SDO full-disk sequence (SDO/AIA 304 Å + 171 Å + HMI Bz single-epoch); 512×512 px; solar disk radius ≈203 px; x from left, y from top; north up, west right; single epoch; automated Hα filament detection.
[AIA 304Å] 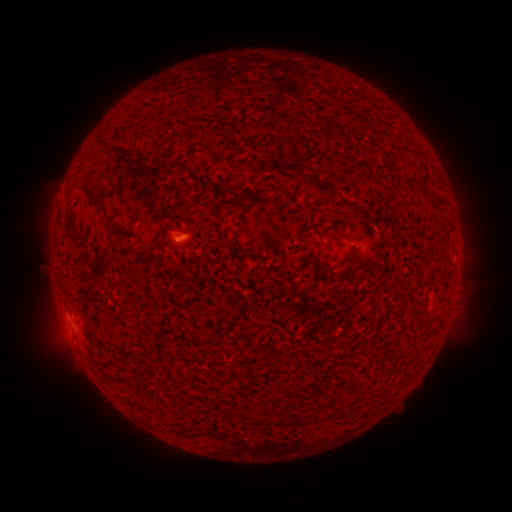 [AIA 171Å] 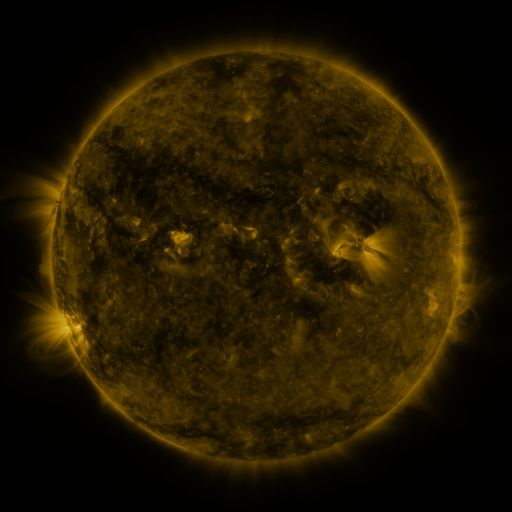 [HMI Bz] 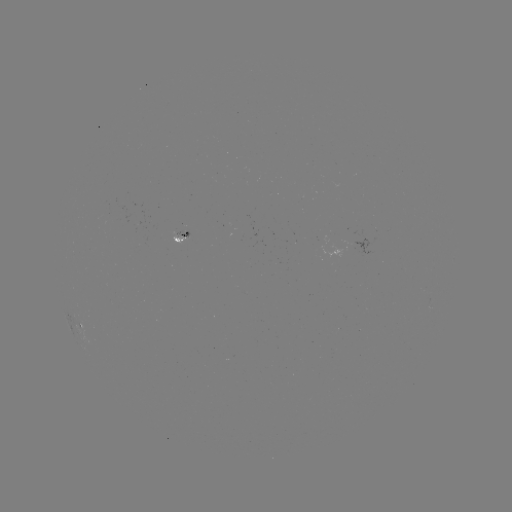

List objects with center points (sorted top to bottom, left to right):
filament: [317, 121, 337, 135]
filament: [174, 163, 192, 174]
filament: [79, 183, 97, 200]
filament: [248, 185, 269, 198]
filament: [433, 194, 447, 205]
filament: [112, 228, 125, 240]
filament: [337, 231, 350, 238]
